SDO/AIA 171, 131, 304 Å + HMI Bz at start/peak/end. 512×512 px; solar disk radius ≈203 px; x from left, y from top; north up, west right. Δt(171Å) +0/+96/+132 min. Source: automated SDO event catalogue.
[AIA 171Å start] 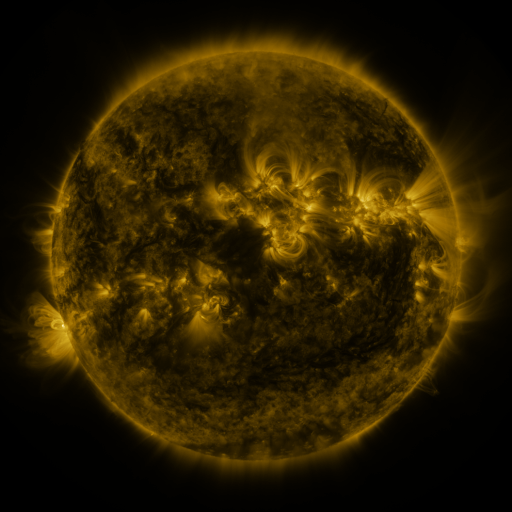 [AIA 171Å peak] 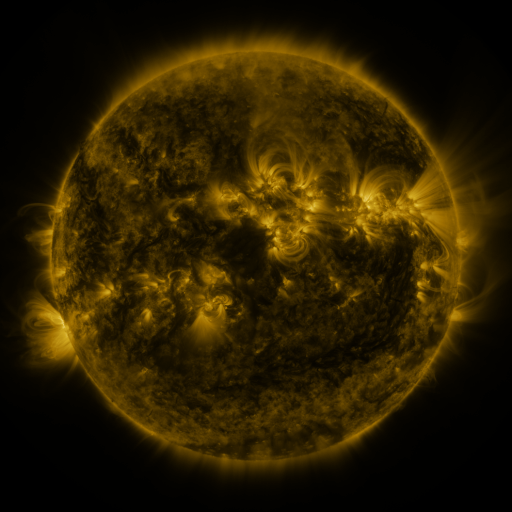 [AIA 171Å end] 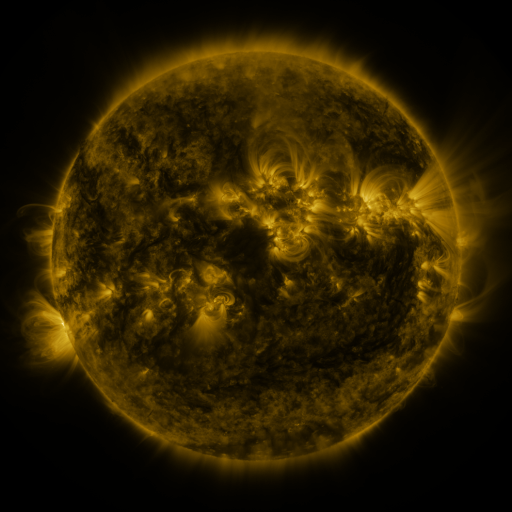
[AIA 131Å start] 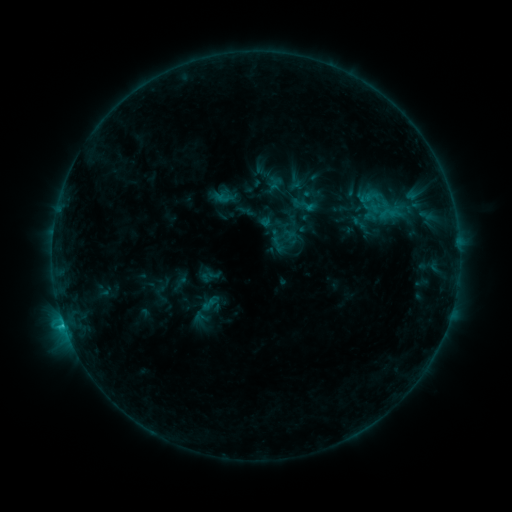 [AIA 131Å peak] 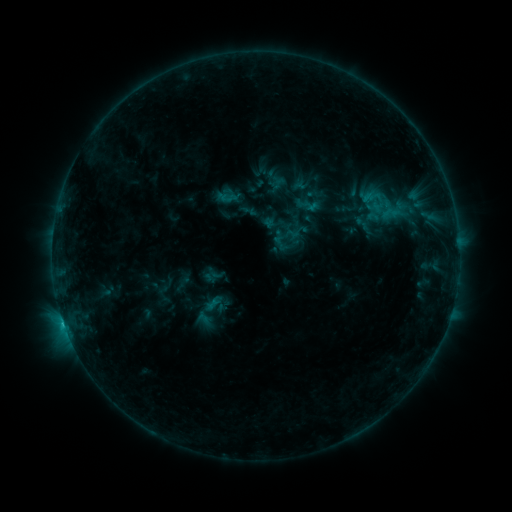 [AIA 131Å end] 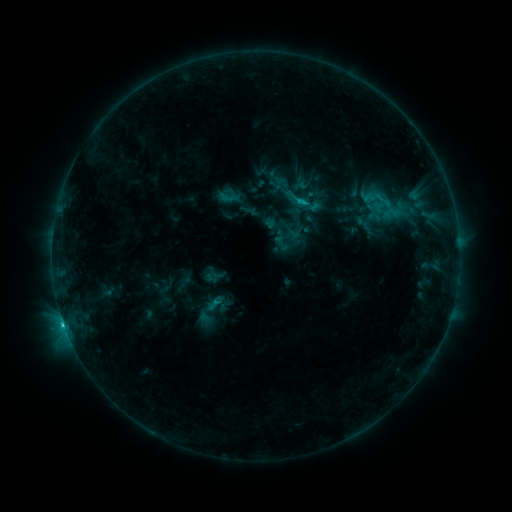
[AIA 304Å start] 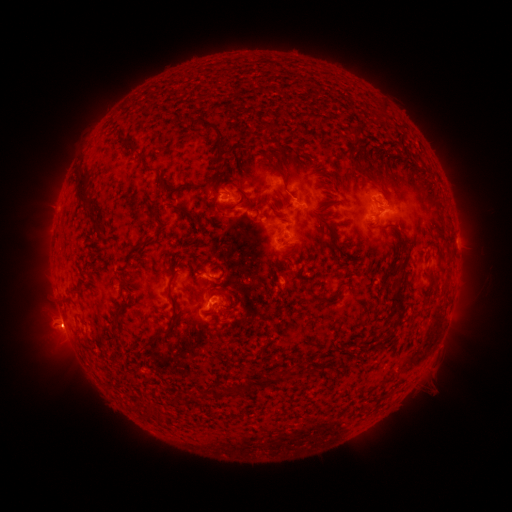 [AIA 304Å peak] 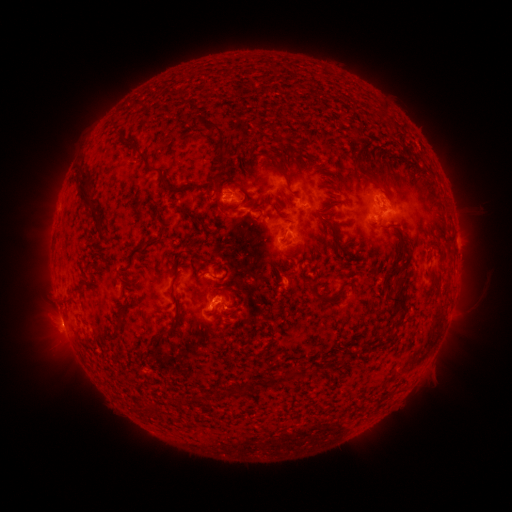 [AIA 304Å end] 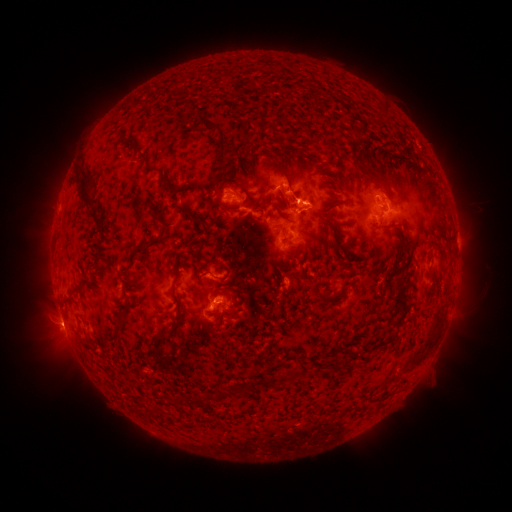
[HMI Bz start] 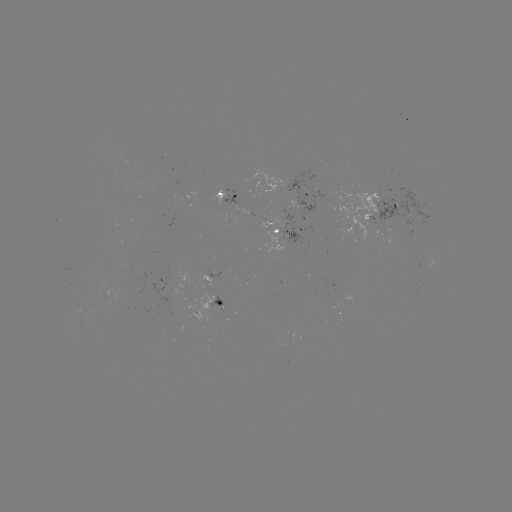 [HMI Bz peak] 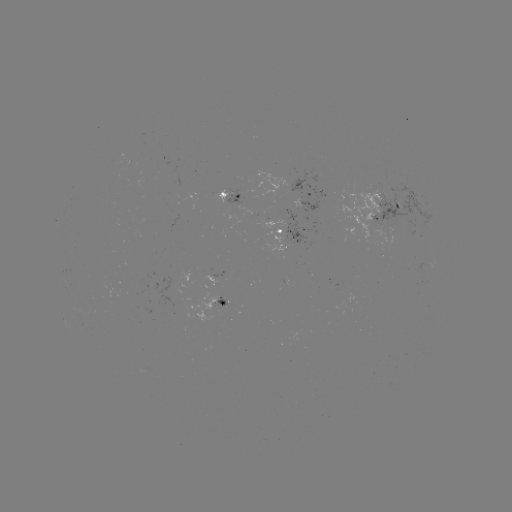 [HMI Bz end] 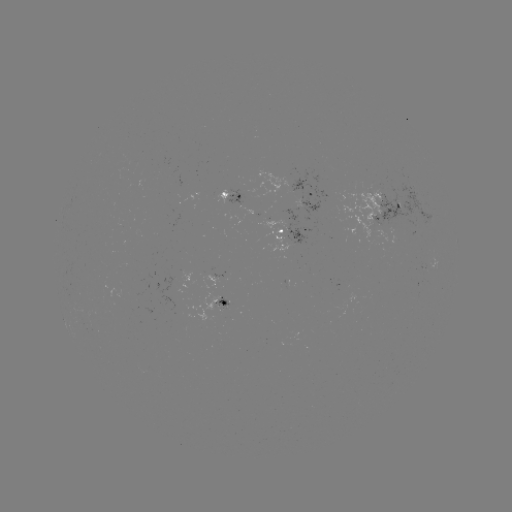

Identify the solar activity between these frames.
emerging-flux region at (174, 299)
